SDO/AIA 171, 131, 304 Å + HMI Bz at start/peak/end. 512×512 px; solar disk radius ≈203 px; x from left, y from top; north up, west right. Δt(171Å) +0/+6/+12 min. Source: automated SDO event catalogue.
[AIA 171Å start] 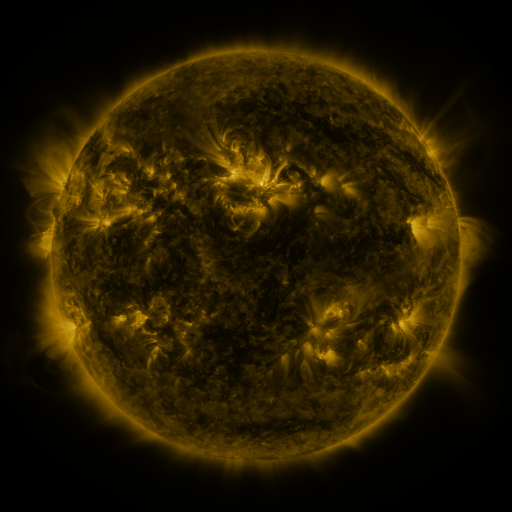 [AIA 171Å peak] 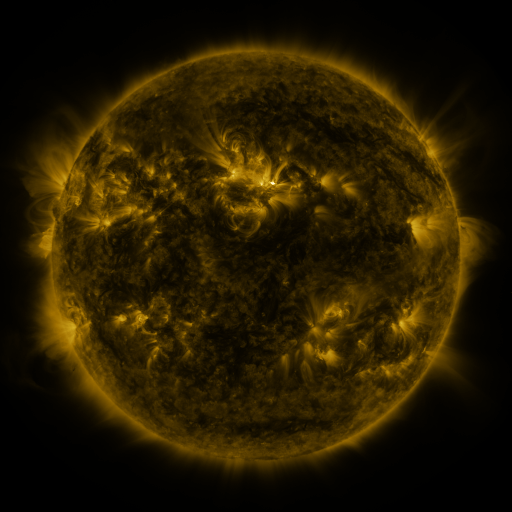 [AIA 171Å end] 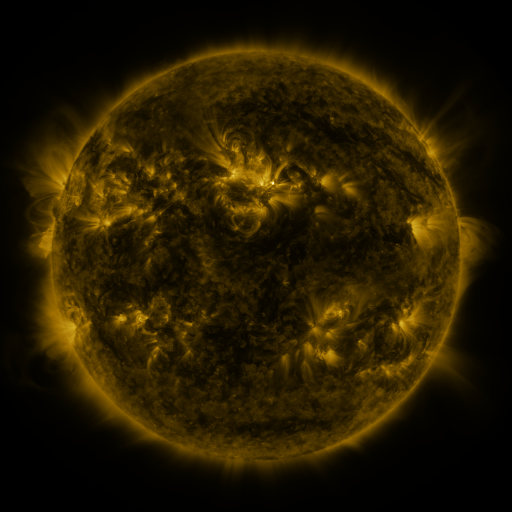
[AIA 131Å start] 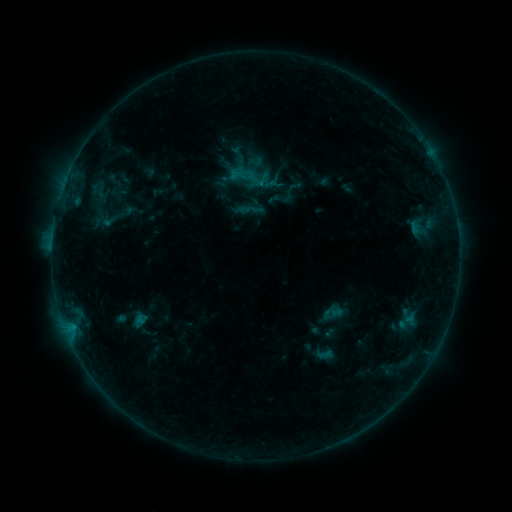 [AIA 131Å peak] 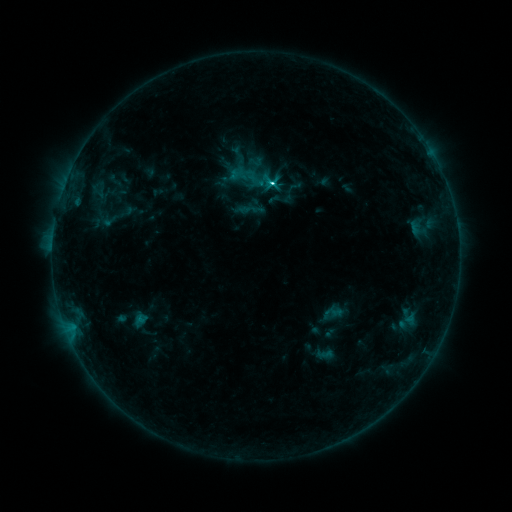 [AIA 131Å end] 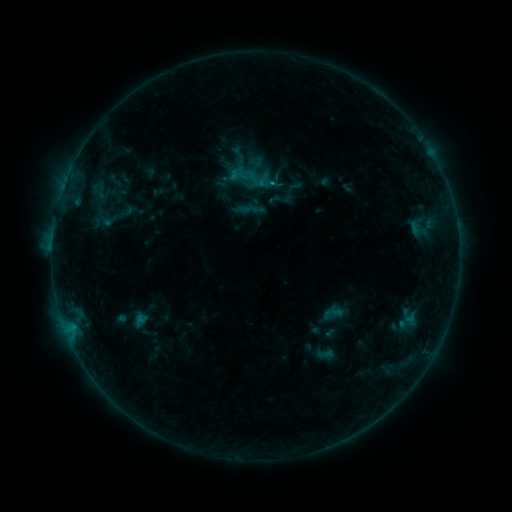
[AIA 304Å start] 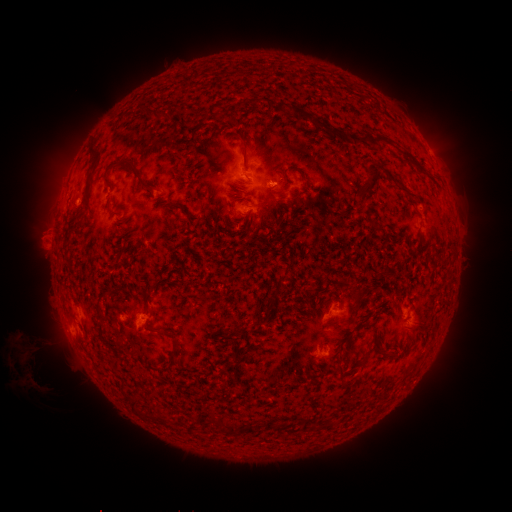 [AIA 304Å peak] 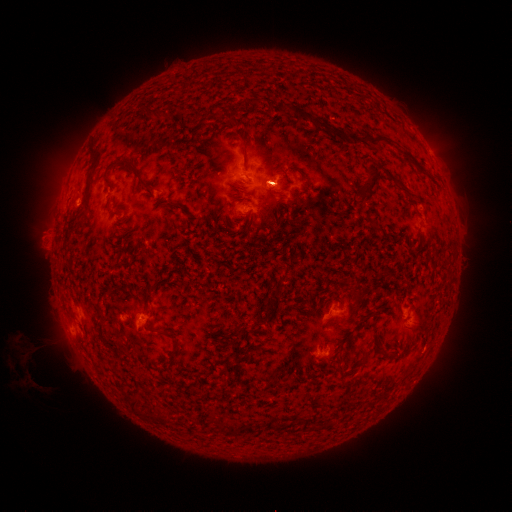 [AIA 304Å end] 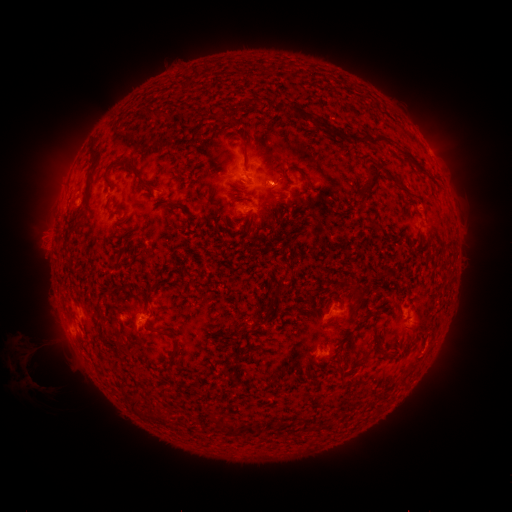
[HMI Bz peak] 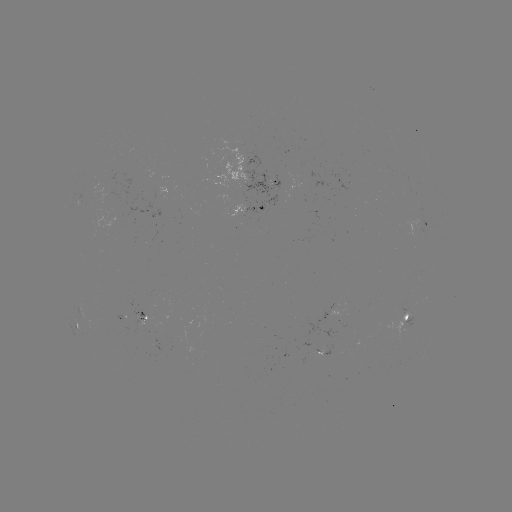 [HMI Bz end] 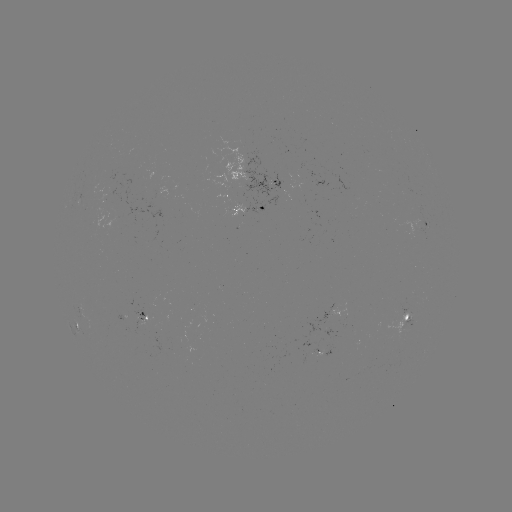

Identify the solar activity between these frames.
C1.9 flare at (266, 185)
